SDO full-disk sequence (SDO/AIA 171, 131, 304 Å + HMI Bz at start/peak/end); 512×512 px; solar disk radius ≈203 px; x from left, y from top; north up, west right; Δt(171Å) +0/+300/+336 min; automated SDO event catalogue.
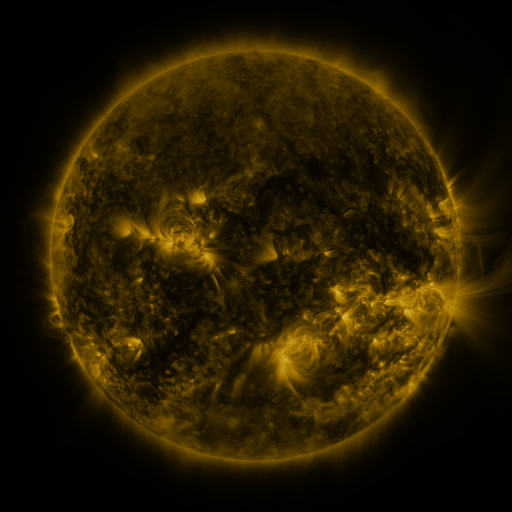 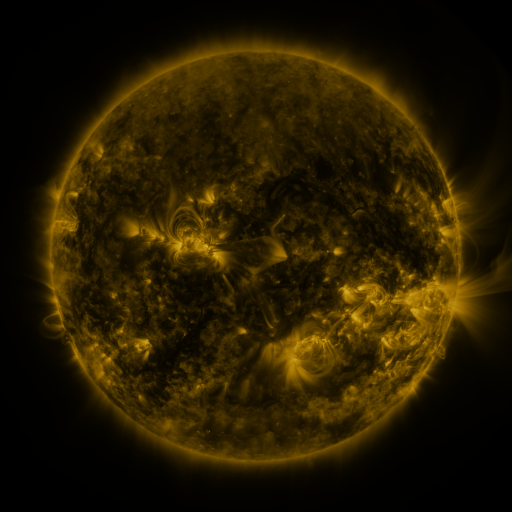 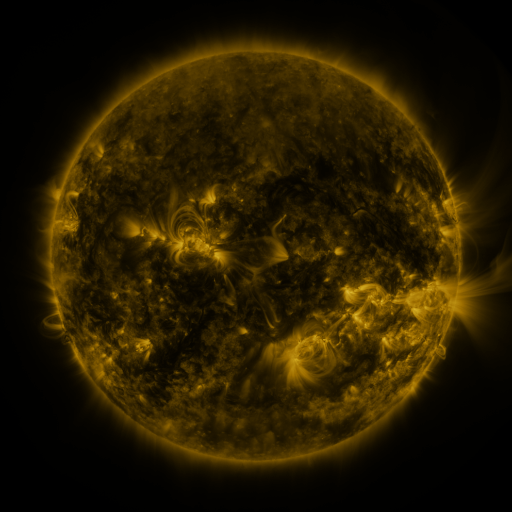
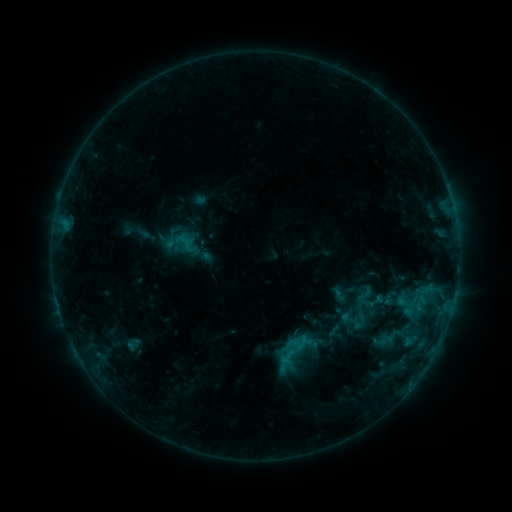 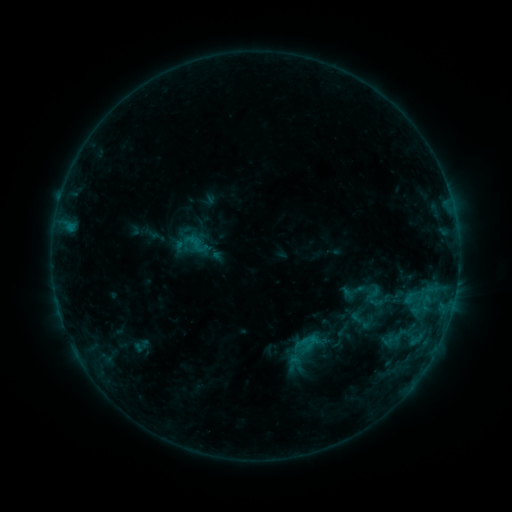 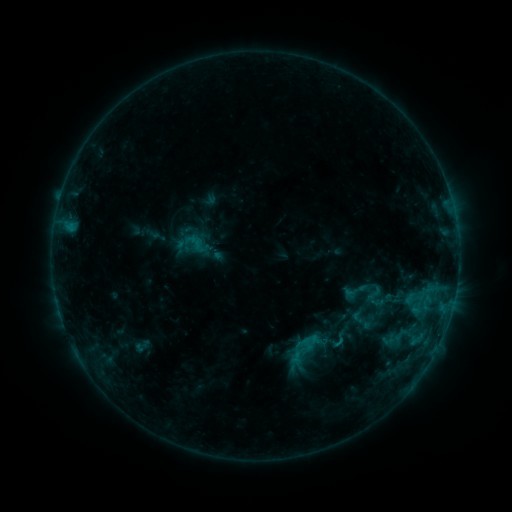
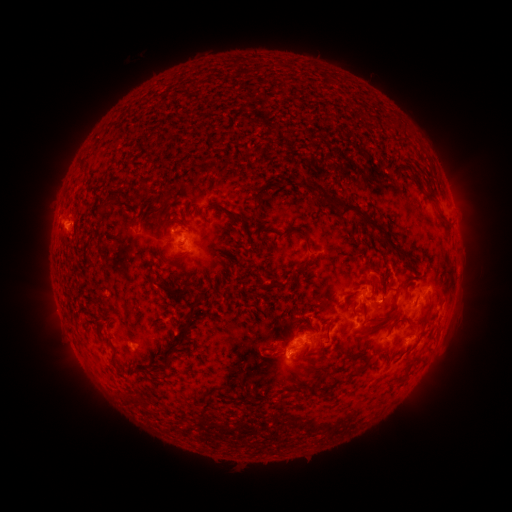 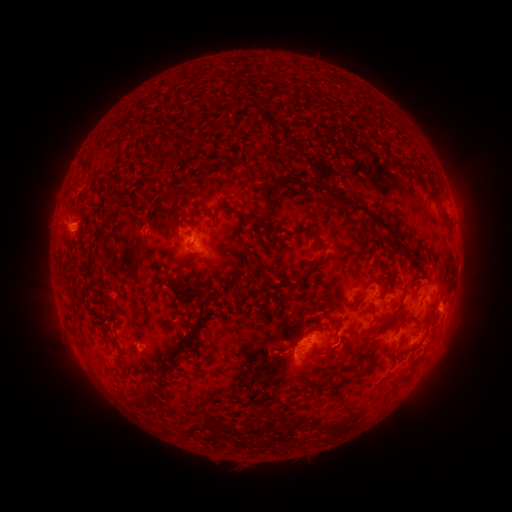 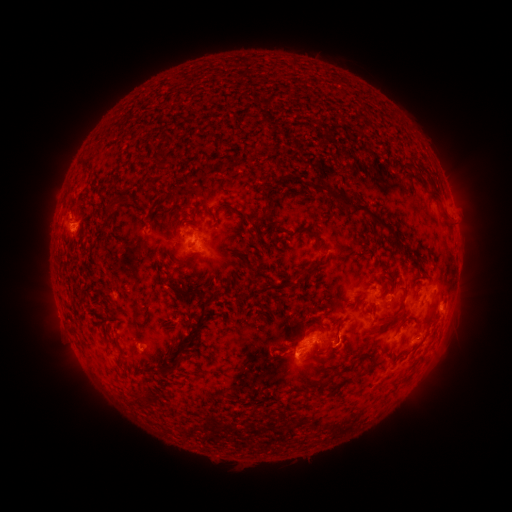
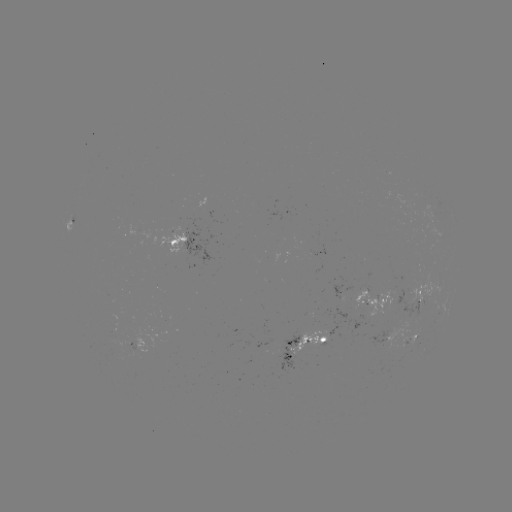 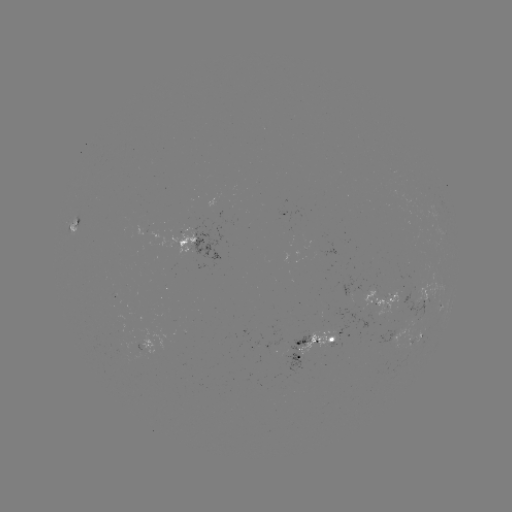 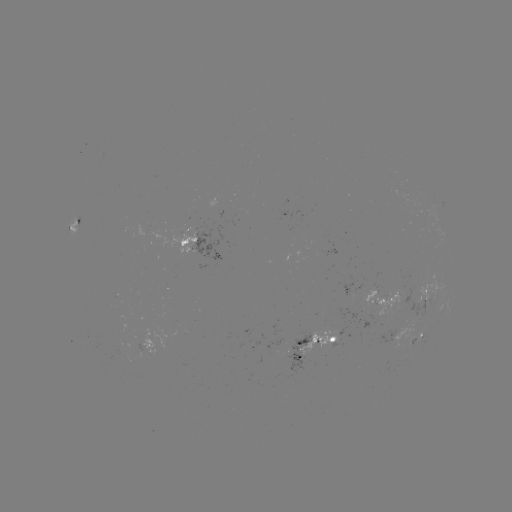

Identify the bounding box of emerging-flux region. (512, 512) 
[284, 331, 308, 374].